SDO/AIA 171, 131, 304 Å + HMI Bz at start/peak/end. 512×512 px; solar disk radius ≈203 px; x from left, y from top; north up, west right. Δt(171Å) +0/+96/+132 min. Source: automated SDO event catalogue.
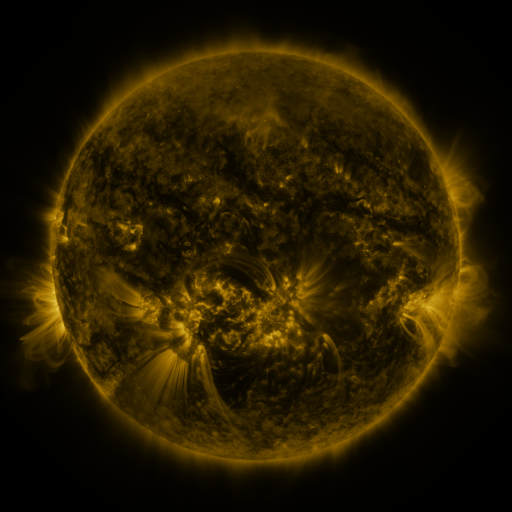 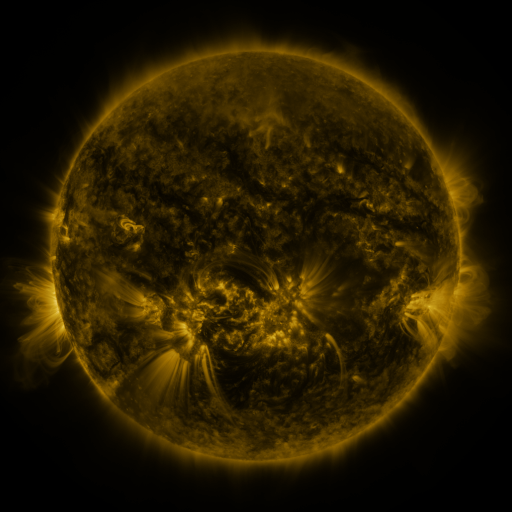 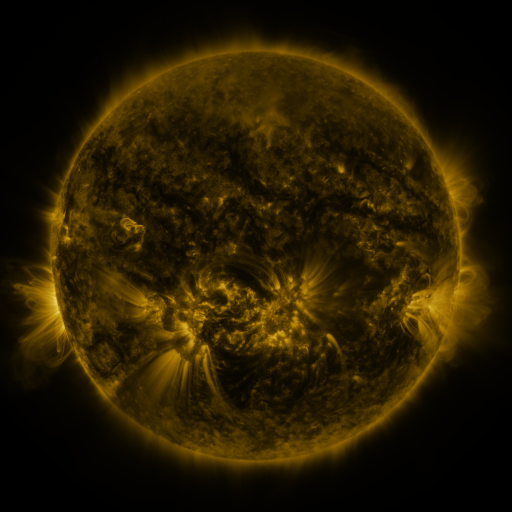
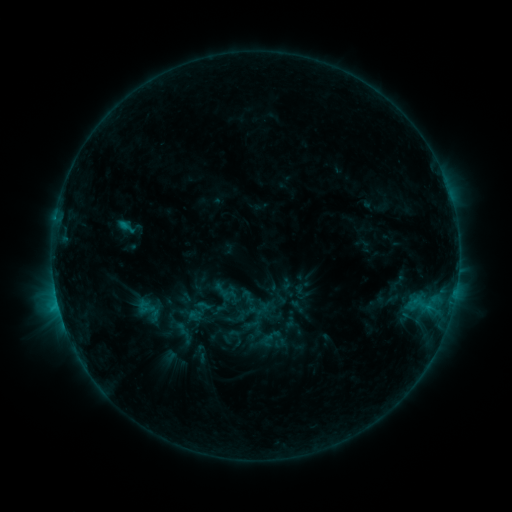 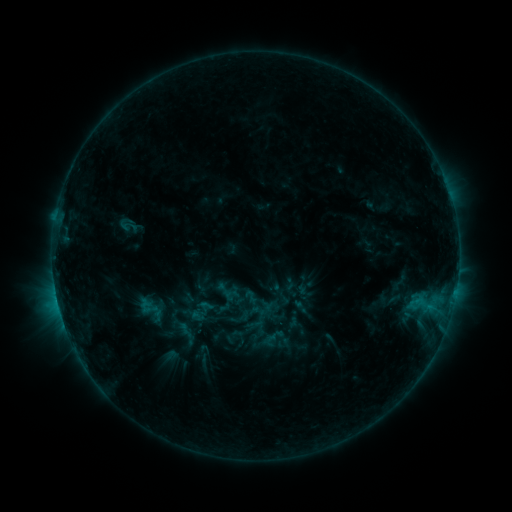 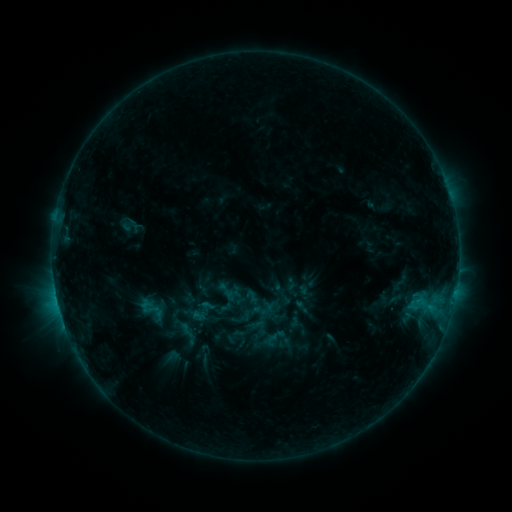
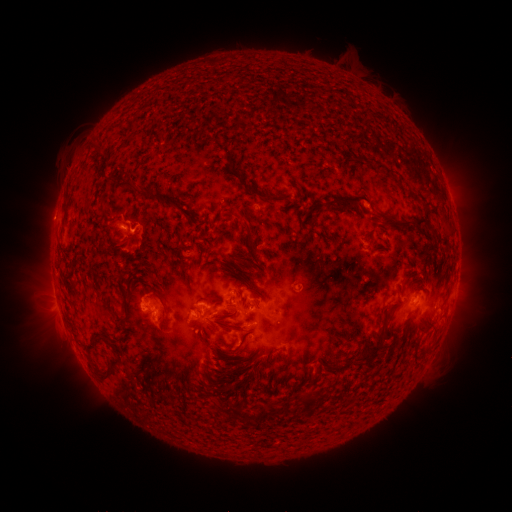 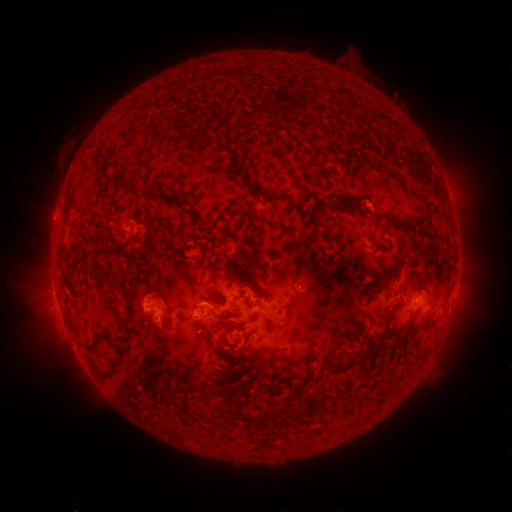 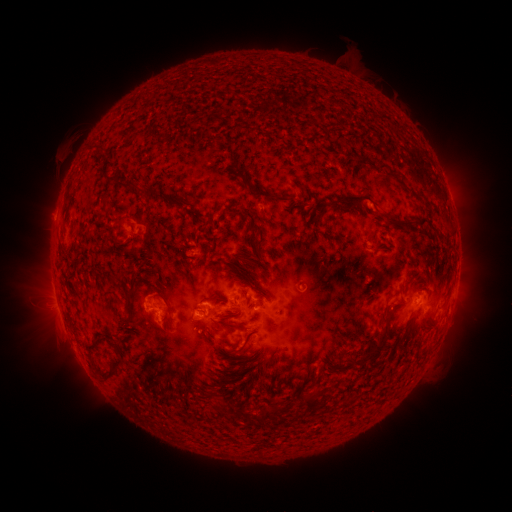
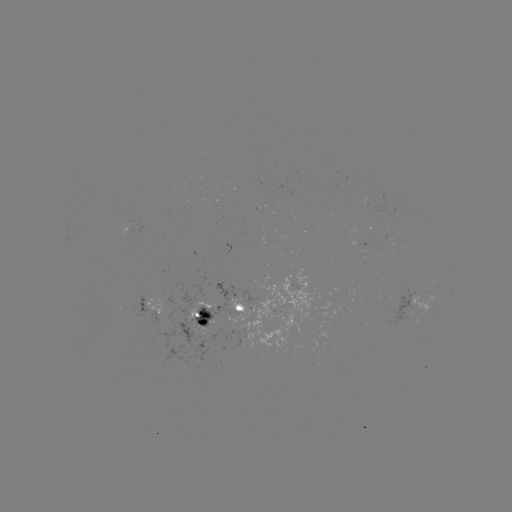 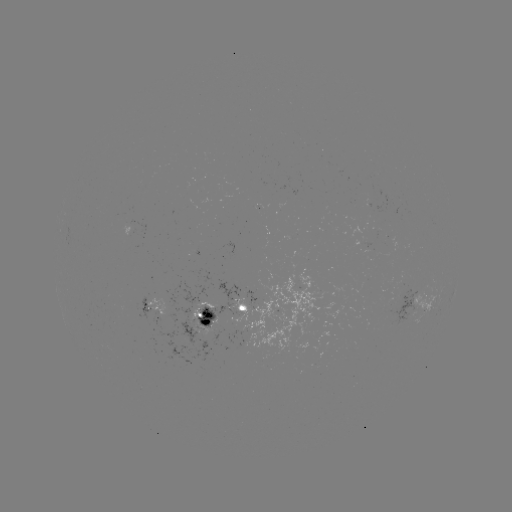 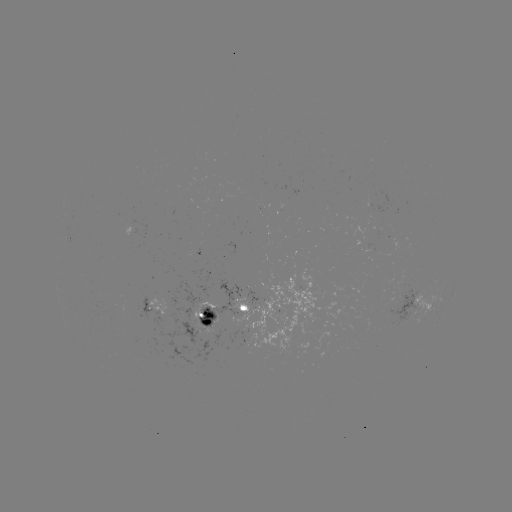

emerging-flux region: (191, 246, 199, 256)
